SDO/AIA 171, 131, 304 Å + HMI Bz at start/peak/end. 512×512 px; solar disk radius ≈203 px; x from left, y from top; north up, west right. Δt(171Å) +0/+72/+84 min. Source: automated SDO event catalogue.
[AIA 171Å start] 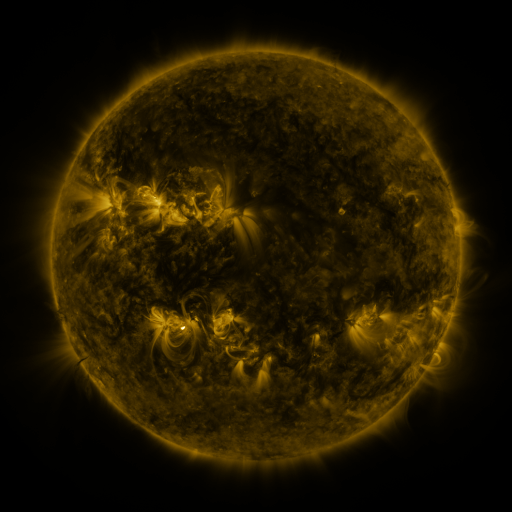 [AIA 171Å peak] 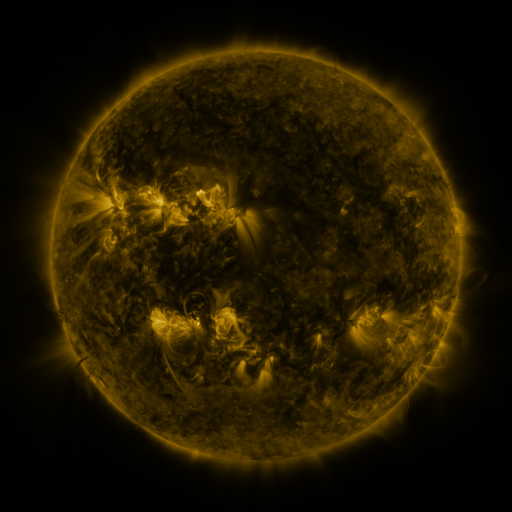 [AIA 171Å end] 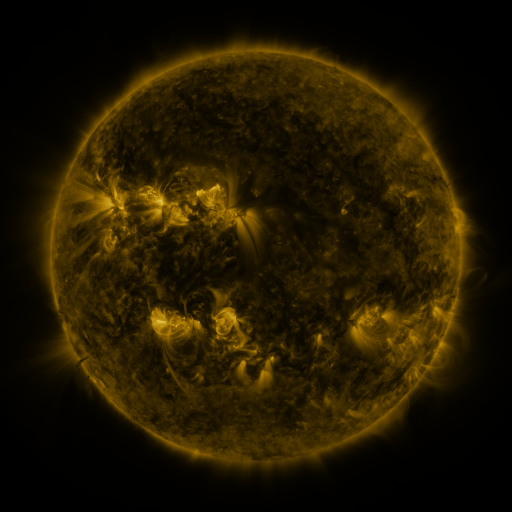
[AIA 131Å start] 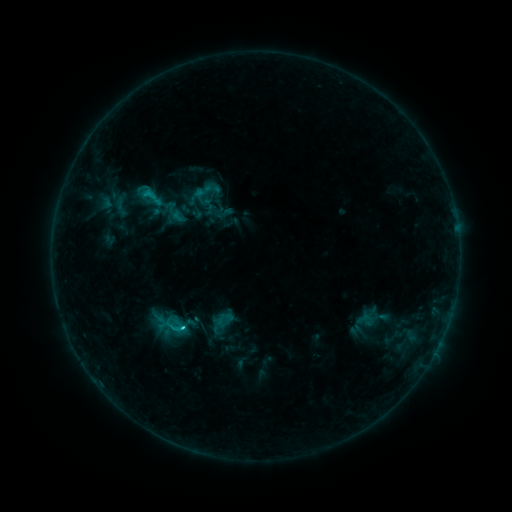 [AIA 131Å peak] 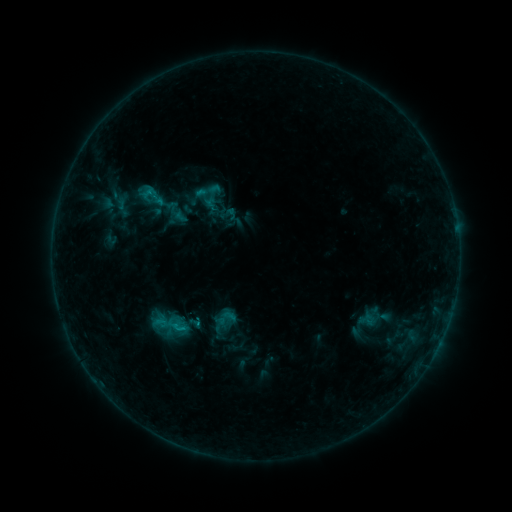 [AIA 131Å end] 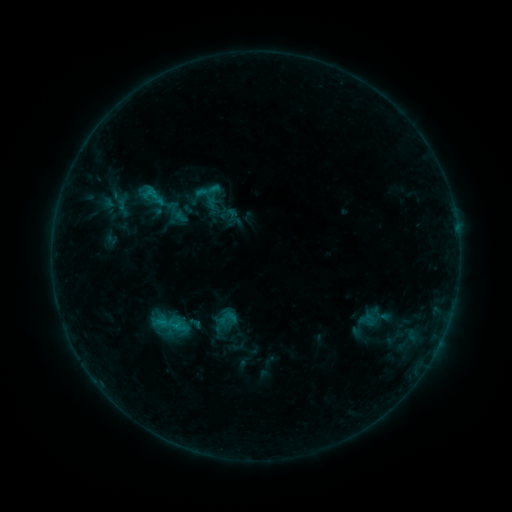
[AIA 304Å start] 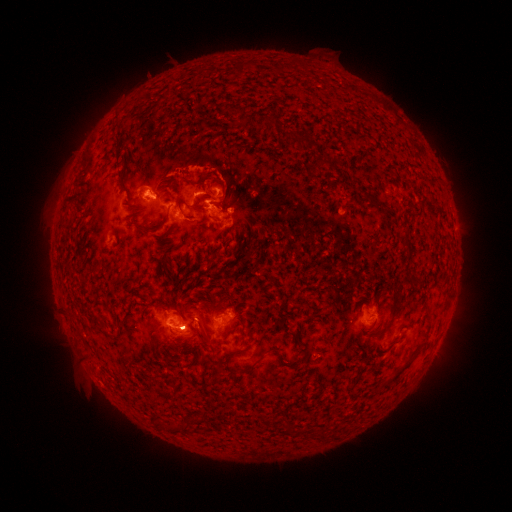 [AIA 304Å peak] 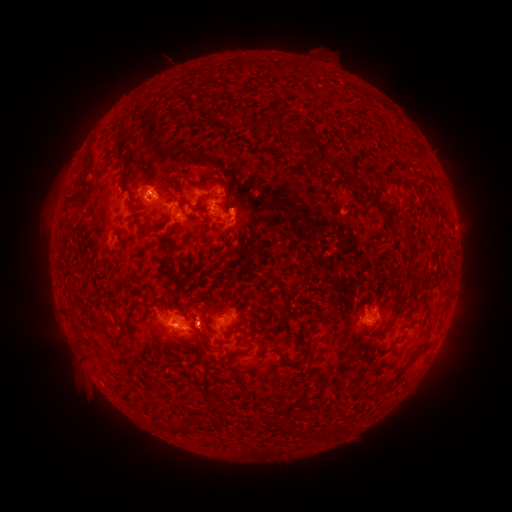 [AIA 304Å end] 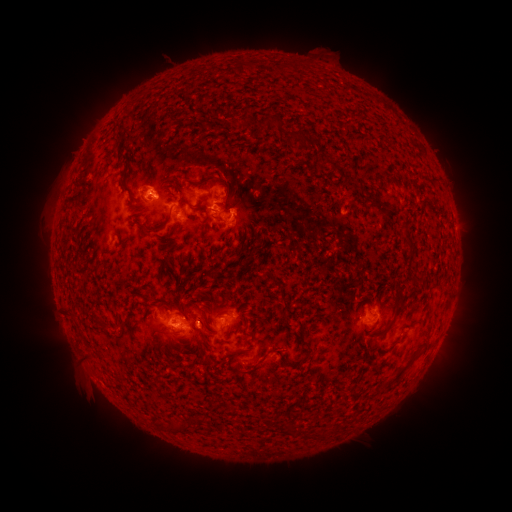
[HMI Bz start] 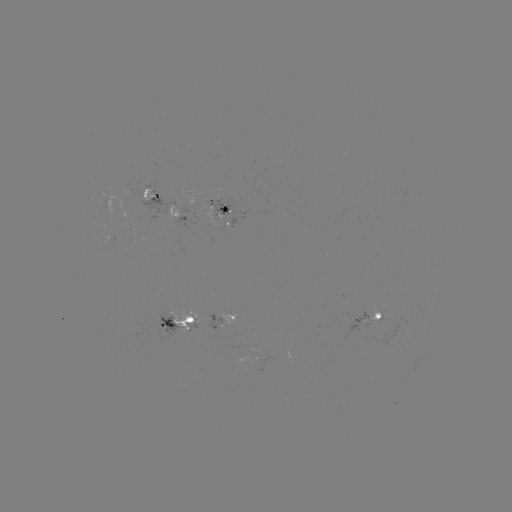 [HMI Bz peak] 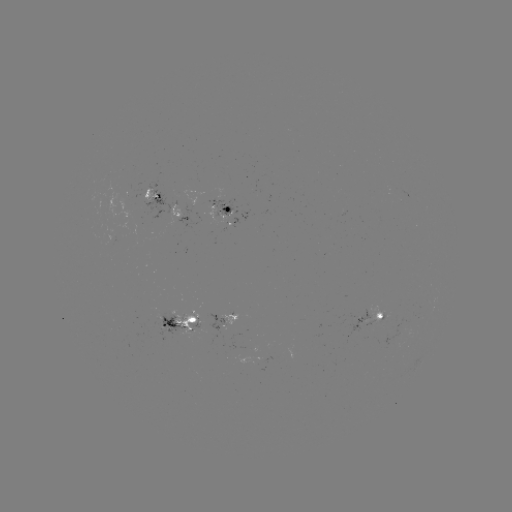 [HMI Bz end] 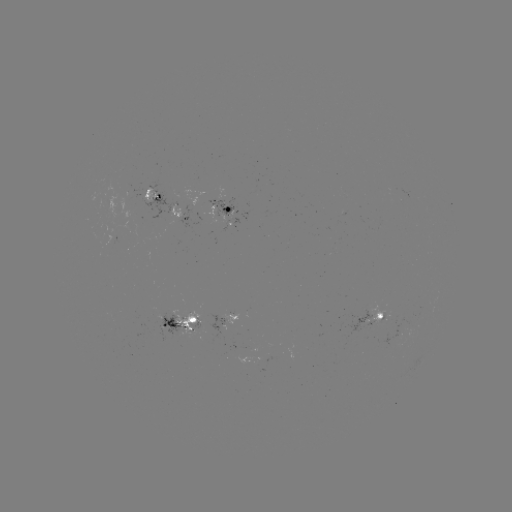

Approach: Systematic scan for emerging-flux region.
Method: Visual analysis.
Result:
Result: emerging-flux region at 359,318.